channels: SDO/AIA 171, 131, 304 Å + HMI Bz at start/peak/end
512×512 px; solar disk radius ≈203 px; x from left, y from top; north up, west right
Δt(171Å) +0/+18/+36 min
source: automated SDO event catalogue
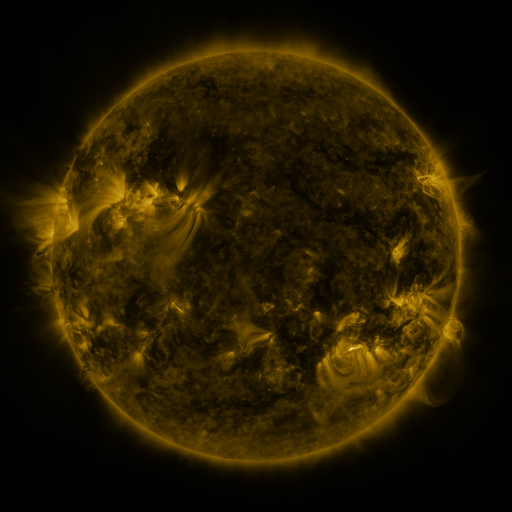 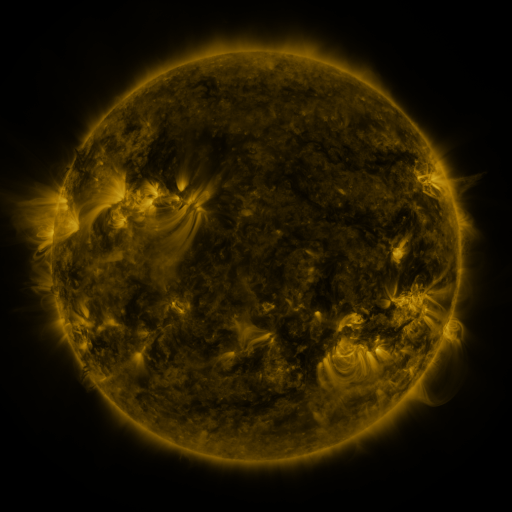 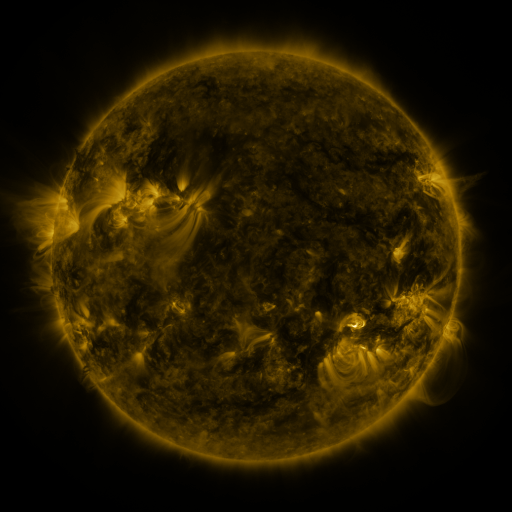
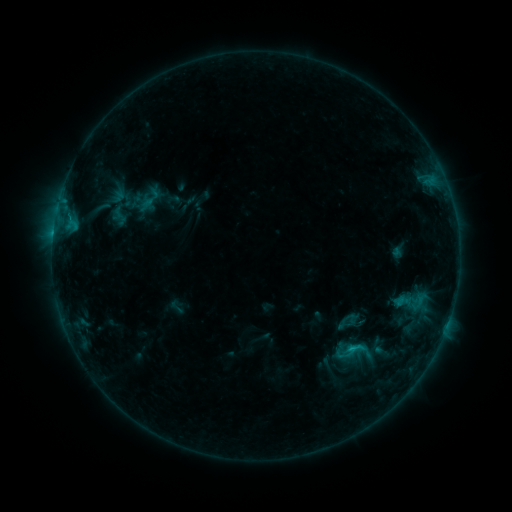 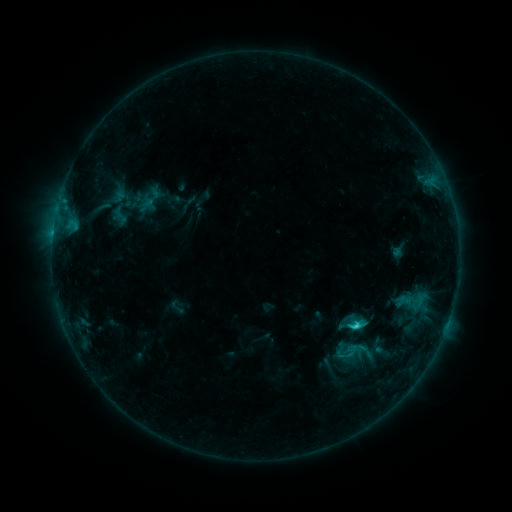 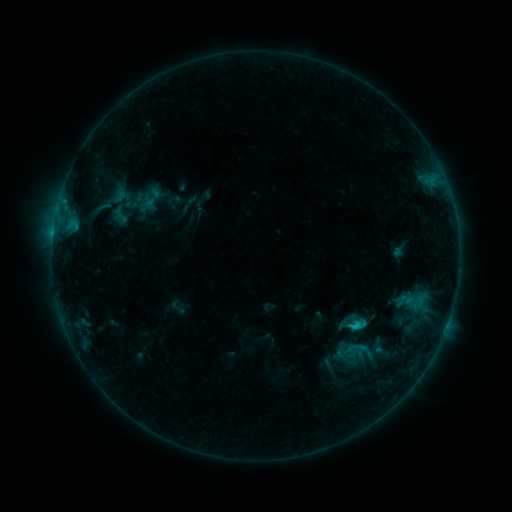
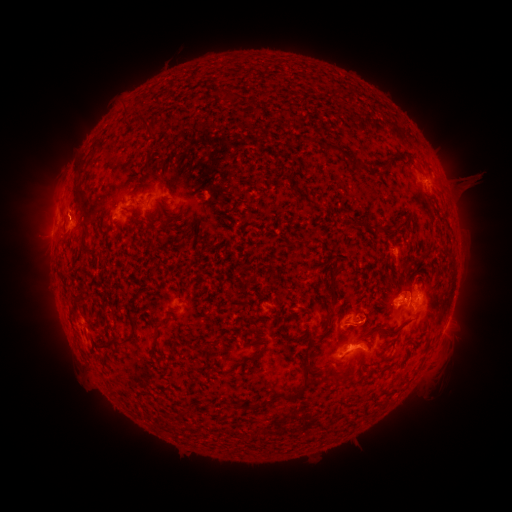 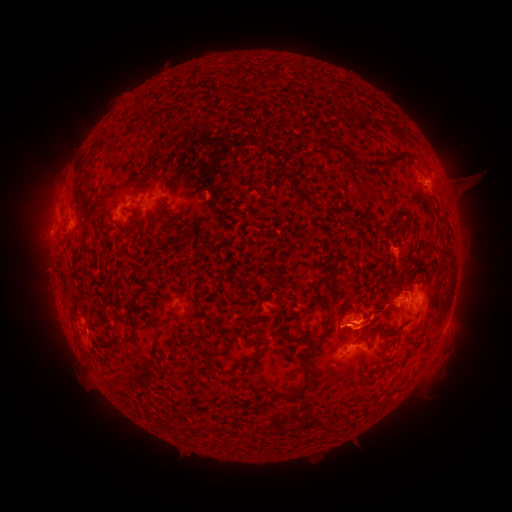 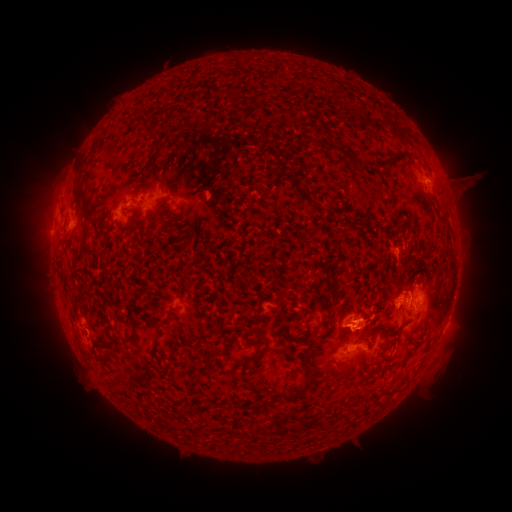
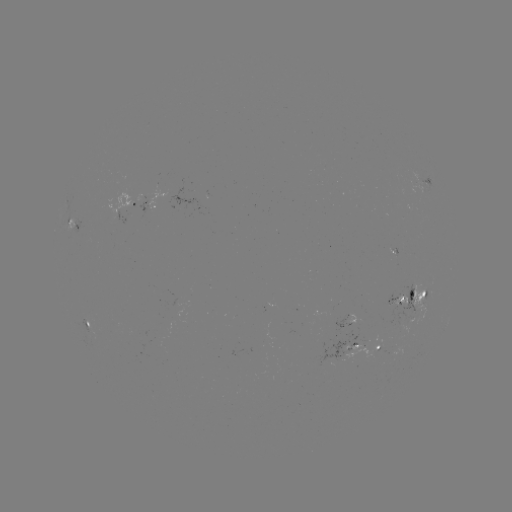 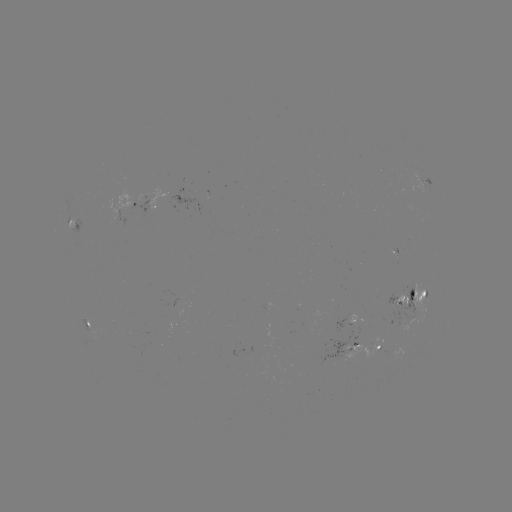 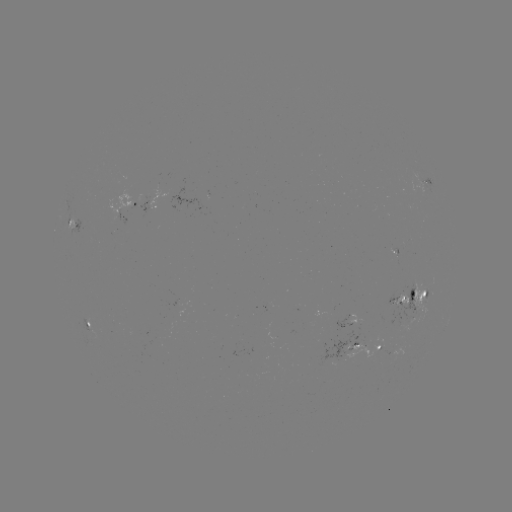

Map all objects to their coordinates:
C1.8 flare: (354, 325)
